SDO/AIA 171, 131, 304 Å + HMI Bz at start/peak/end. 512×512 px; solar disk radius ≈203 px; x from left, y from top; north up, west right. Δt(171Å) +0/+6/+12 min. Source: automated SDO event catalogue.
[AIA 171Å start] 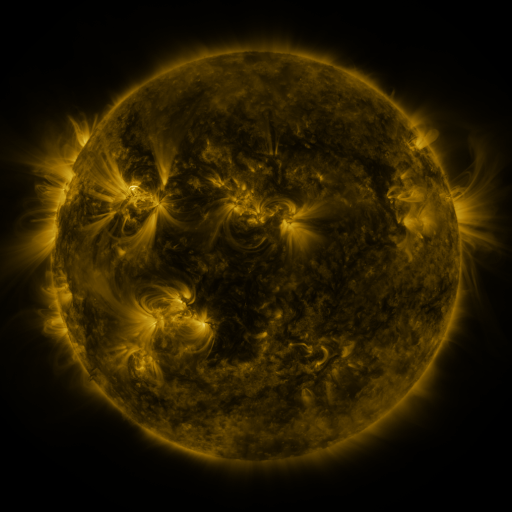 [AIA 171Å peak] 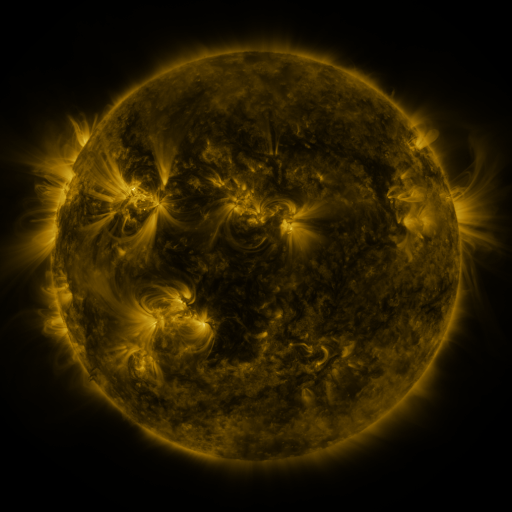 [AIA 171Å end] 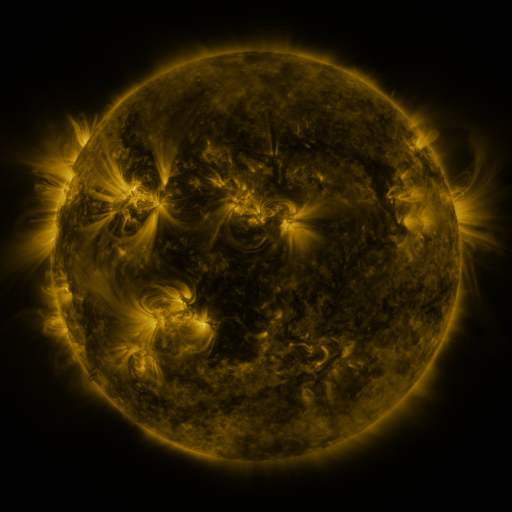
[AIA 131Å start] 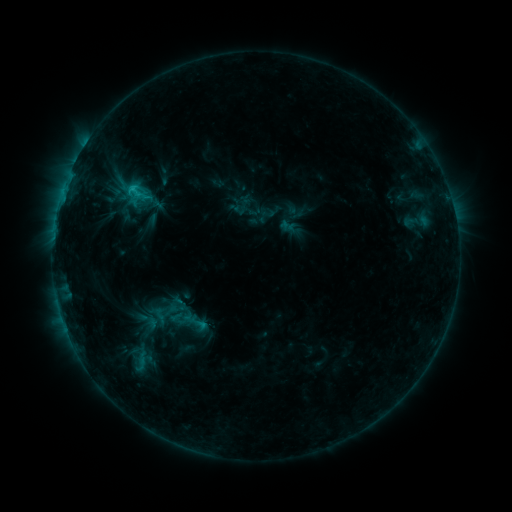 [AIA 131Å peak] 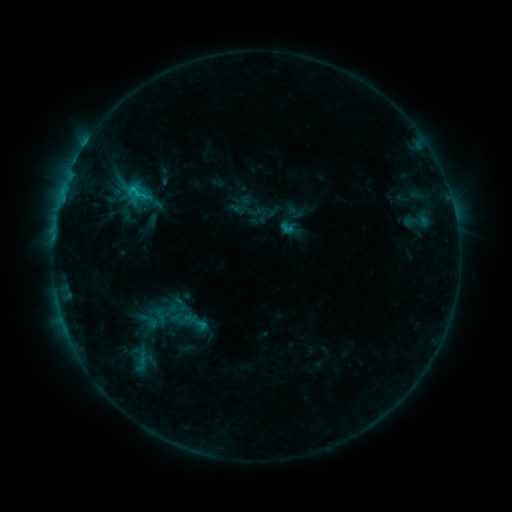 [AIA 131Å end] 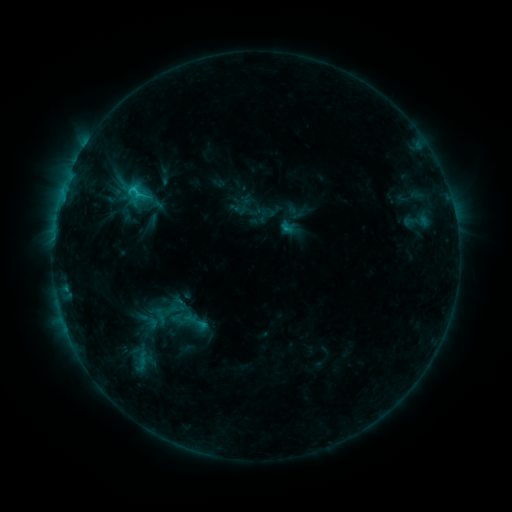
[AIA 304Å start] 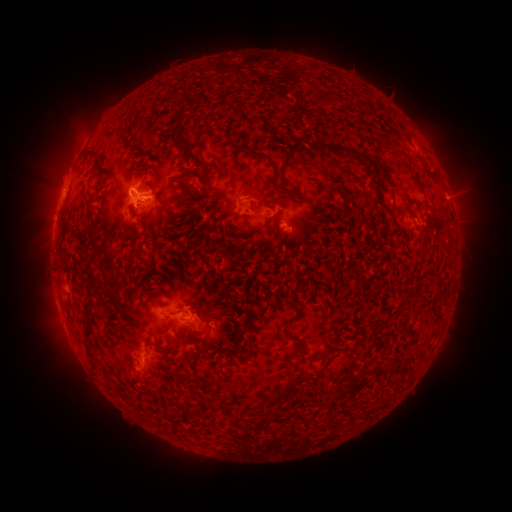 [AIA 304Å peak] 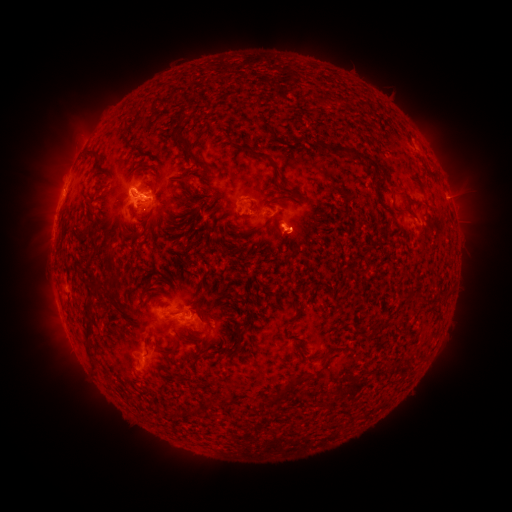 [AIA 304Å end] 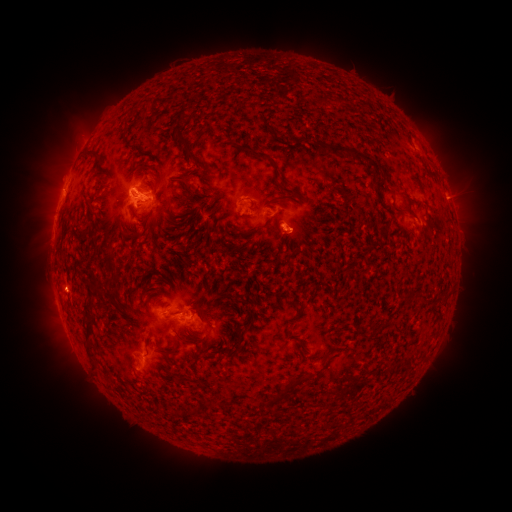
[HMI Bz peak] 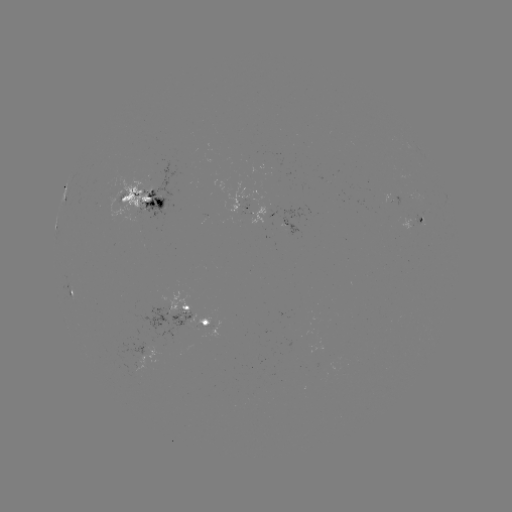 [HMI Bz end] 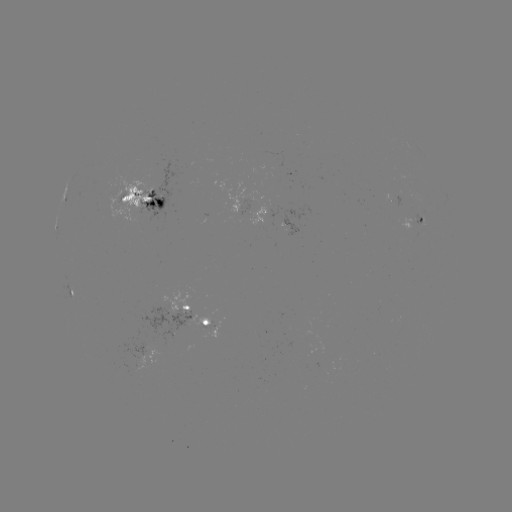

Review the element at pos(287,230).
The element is C1.5 flare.